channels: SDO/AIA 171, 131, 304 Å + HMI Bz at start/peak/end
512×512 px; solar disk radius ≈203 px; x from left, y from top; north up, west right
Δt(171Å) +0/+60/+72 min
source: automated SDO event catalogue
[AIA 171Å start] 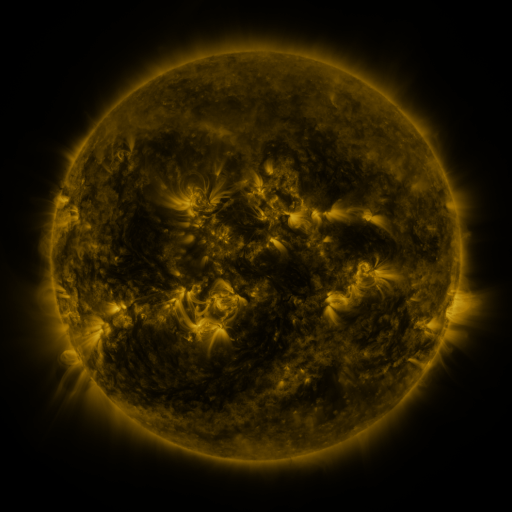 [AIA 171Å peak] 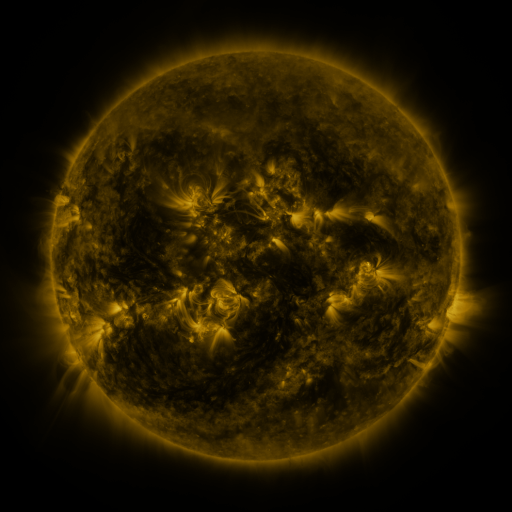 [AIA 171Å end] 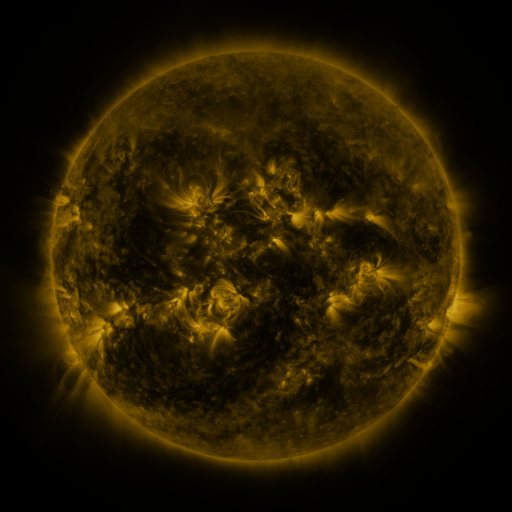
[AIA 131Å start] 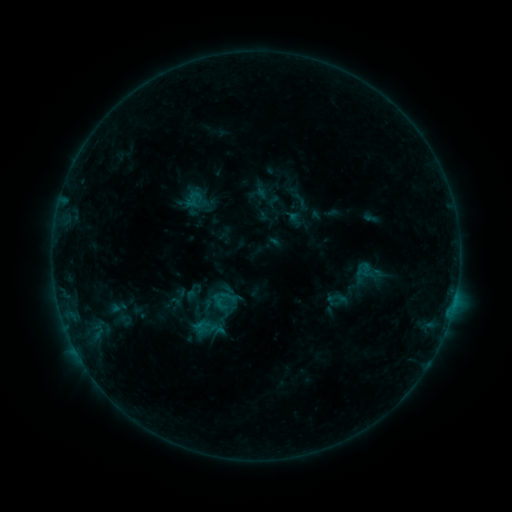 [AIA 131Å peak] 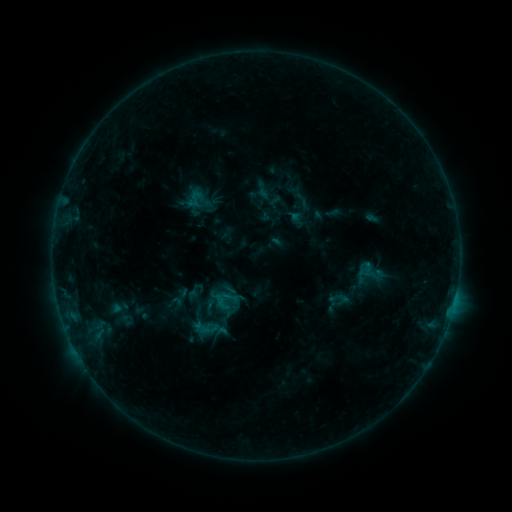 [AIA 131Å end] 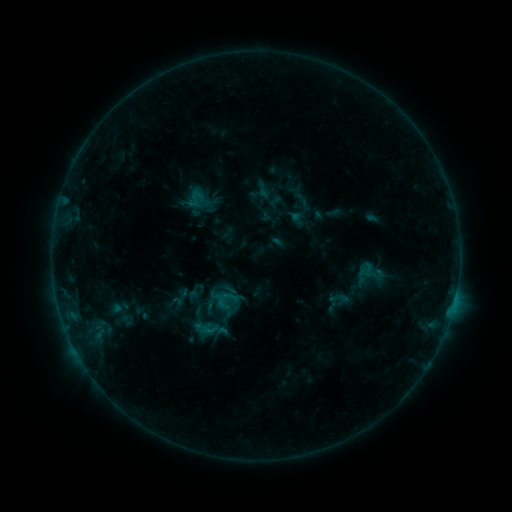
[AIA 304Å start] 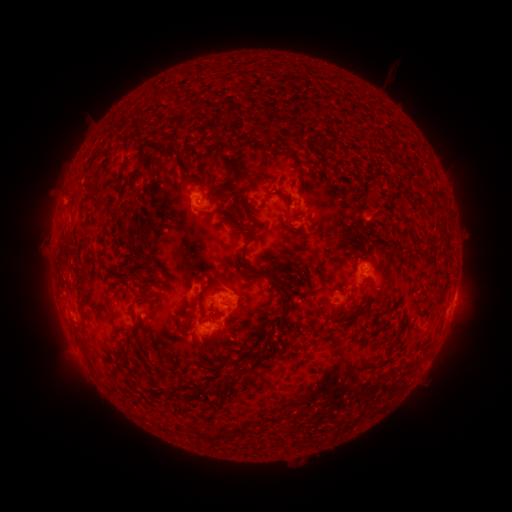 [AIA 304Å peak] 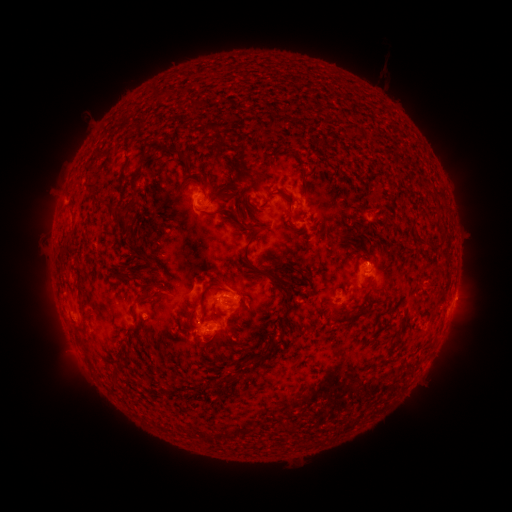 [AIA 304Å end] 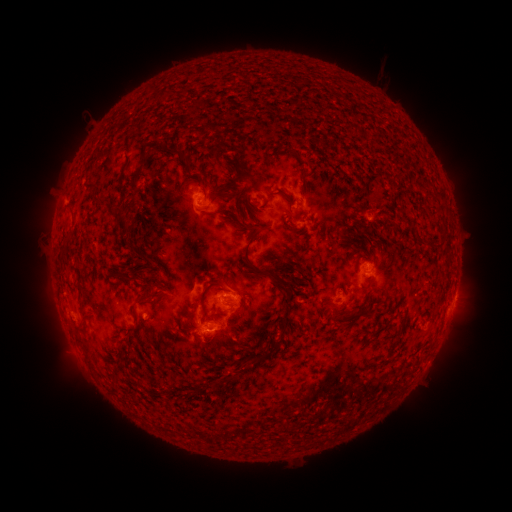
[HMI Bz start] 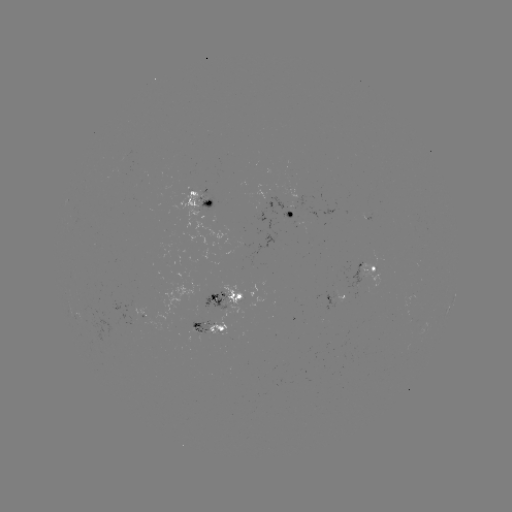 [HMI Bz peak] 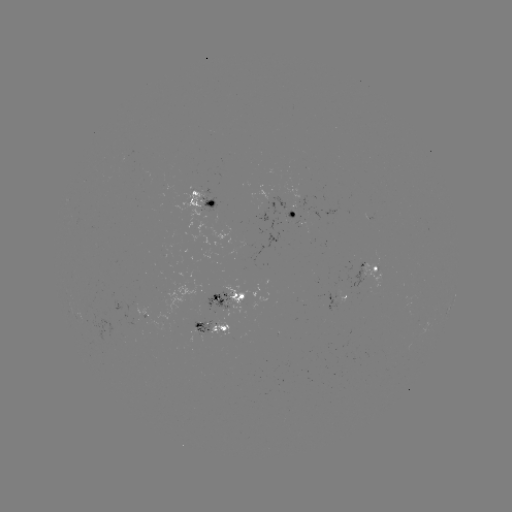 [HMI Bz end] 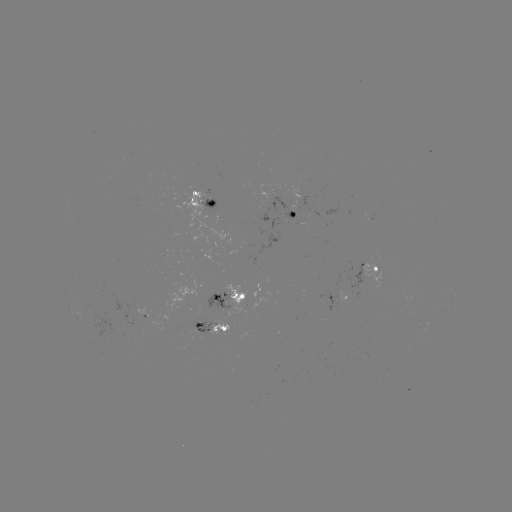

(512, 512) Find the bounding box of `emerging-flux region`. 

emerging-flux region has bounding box [190, 310, 212, 334].